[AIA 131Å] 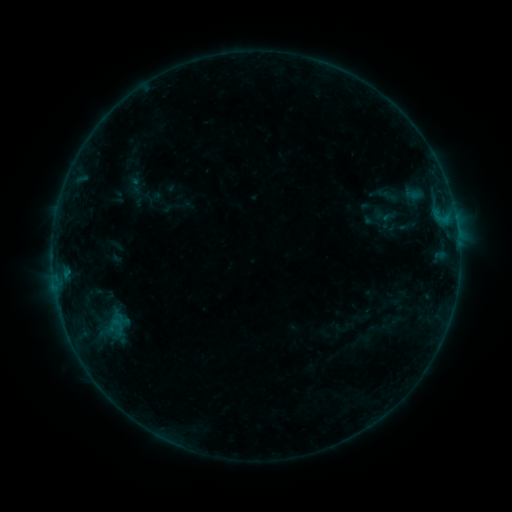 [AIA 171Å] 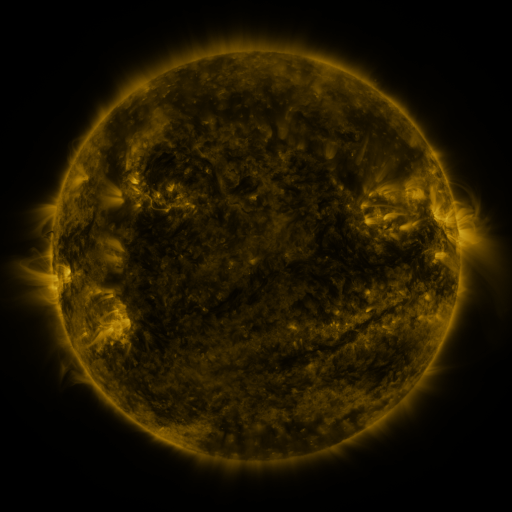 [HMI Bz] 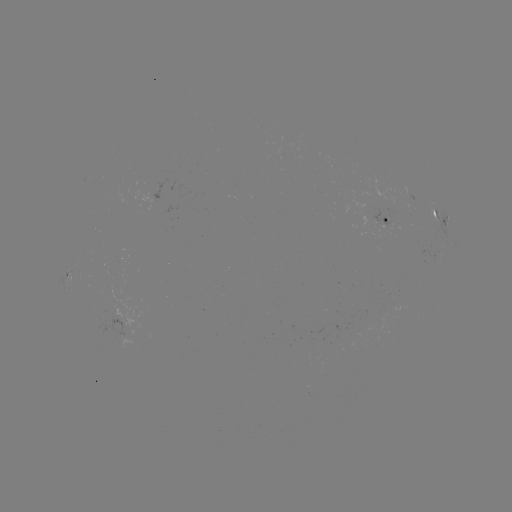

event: sigmoid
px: (135, 185)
